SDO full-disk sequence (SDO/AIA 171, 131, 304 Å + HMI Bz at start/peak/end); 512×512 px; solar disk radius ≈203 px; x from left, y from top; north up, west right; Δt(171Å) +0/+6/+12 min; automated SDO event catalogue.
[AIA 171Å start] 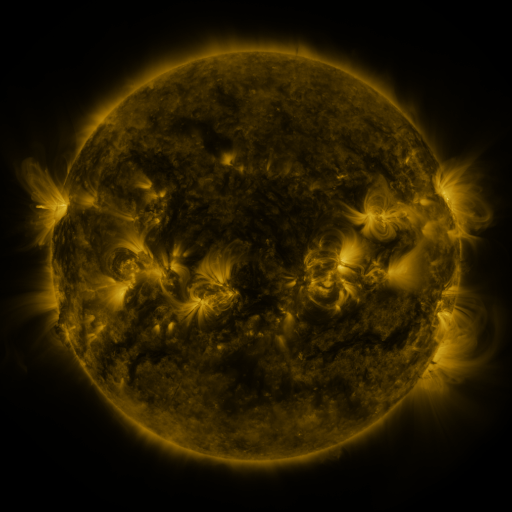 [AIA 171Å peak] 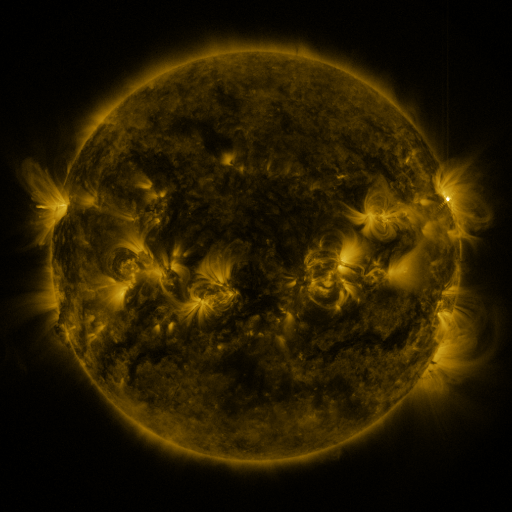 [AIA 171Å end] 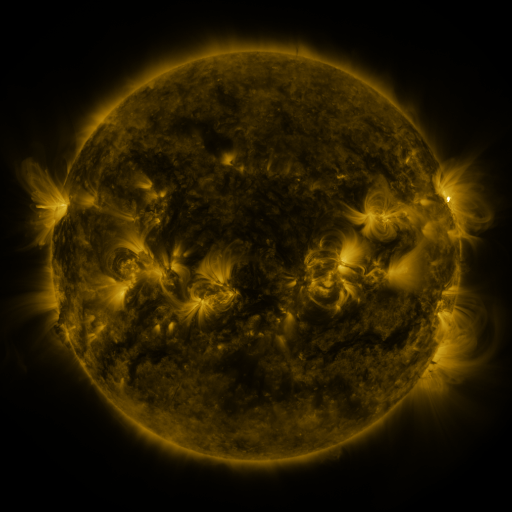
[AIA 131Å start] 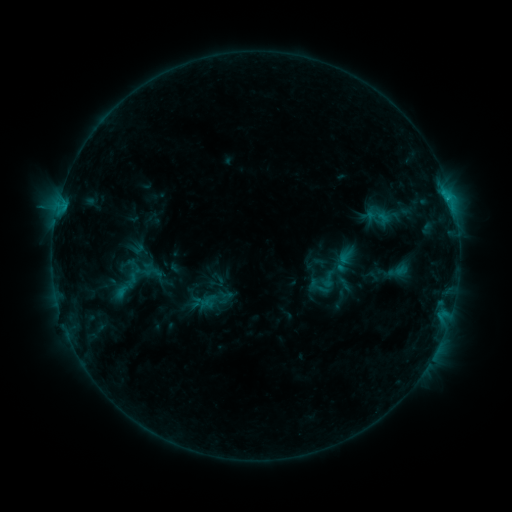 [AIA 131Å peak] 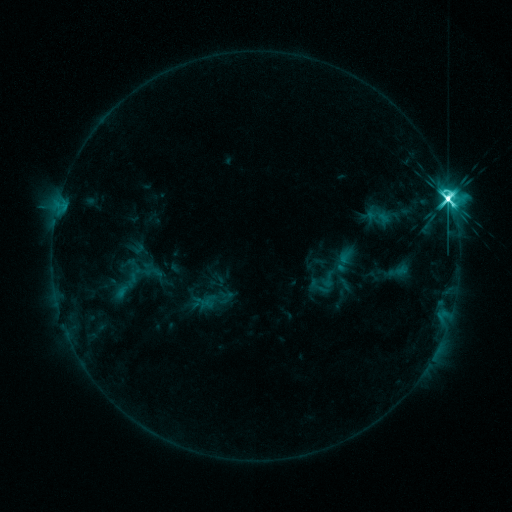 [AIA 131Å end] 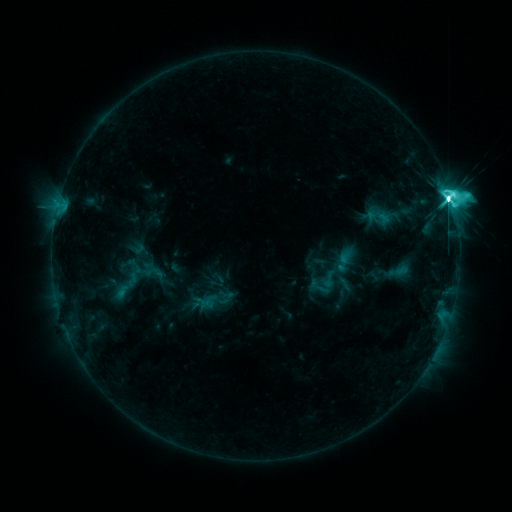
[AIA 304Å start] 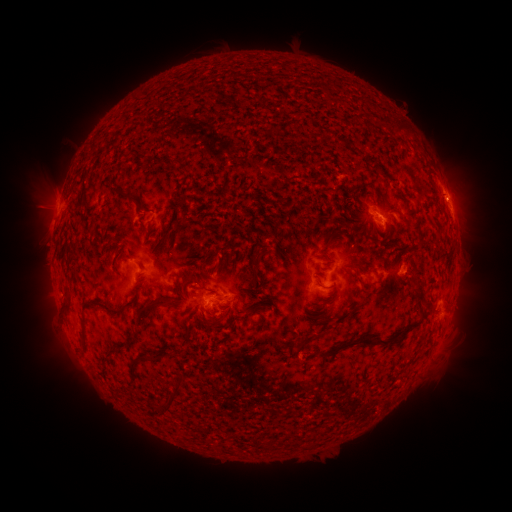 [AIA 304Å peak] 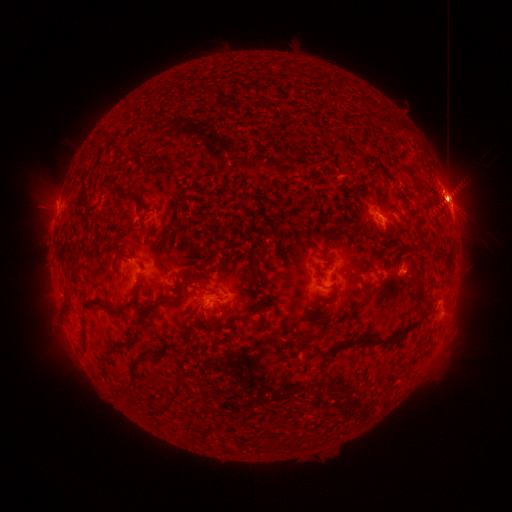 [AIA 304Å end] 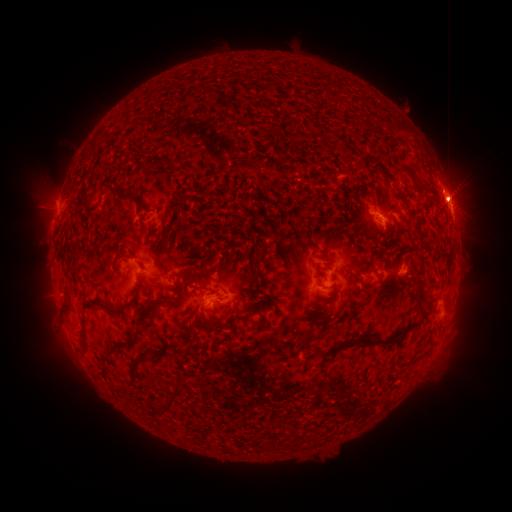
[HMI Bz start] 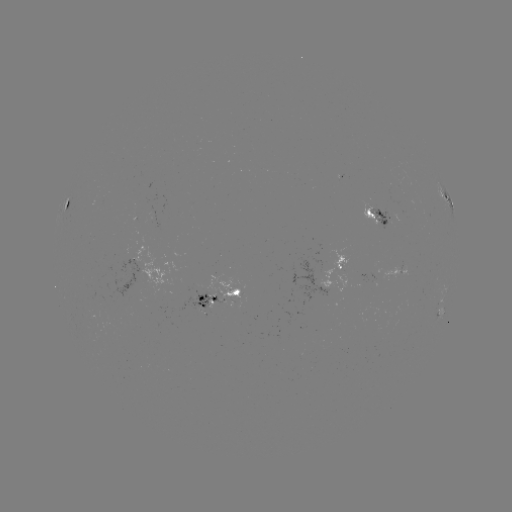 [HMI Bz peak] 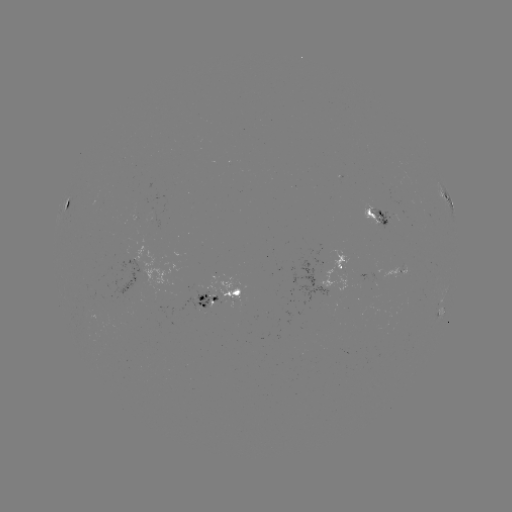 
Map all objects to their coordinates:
M9.3 flare: (447, 201)
